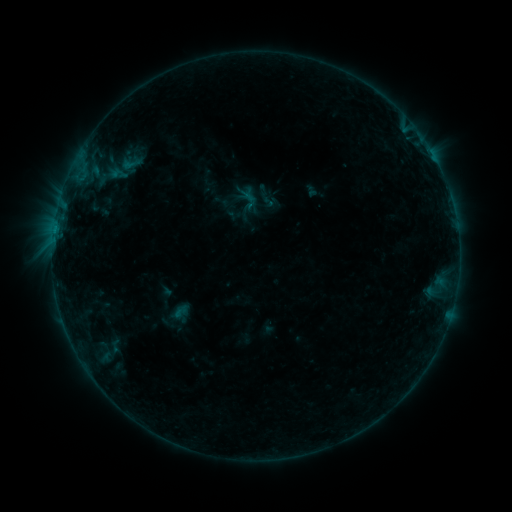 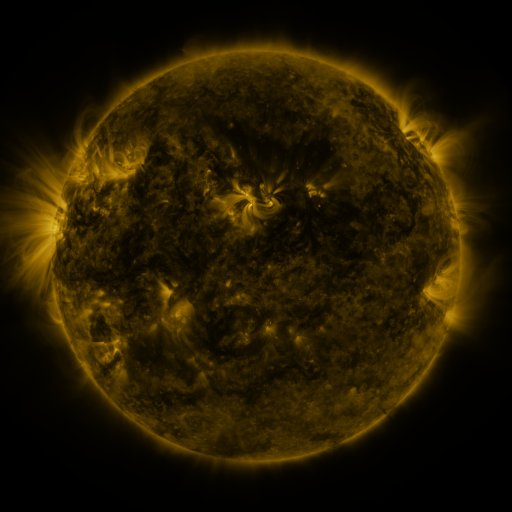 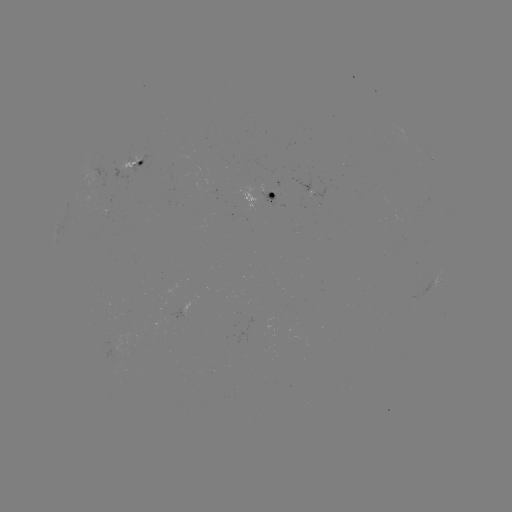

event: sigmoid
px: (131, 164)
